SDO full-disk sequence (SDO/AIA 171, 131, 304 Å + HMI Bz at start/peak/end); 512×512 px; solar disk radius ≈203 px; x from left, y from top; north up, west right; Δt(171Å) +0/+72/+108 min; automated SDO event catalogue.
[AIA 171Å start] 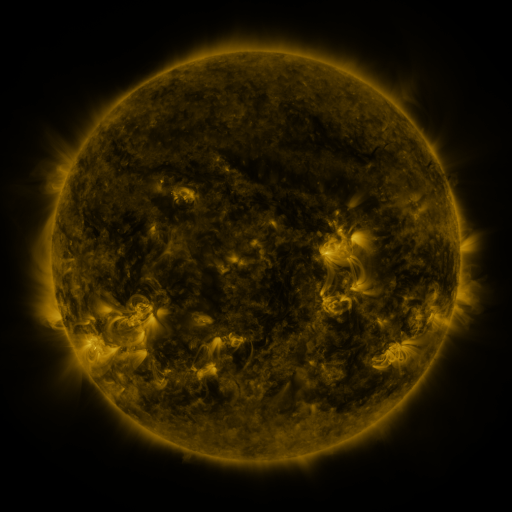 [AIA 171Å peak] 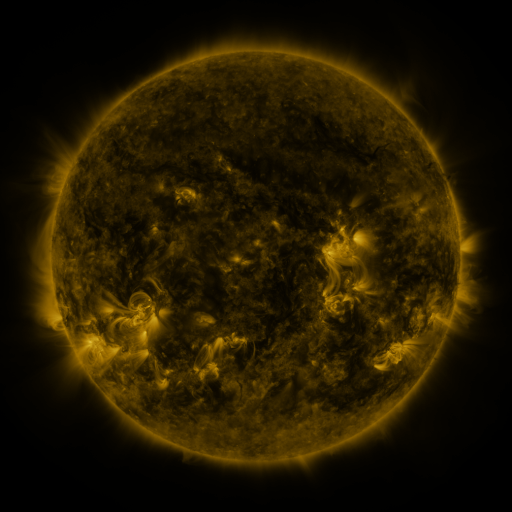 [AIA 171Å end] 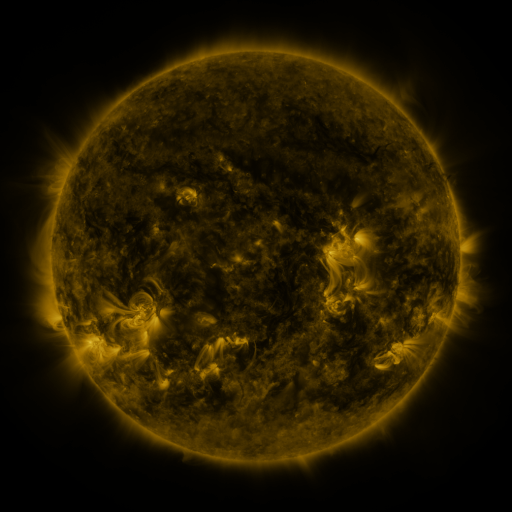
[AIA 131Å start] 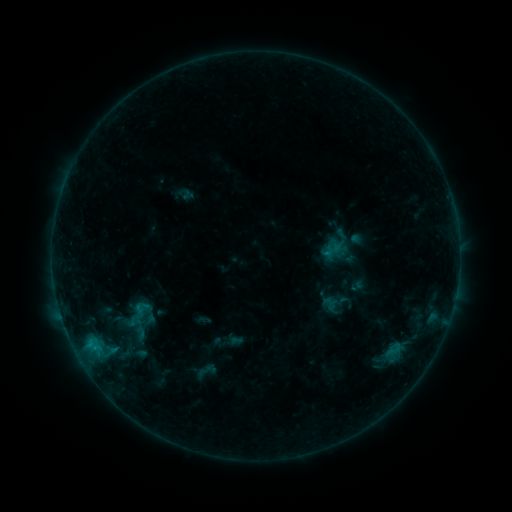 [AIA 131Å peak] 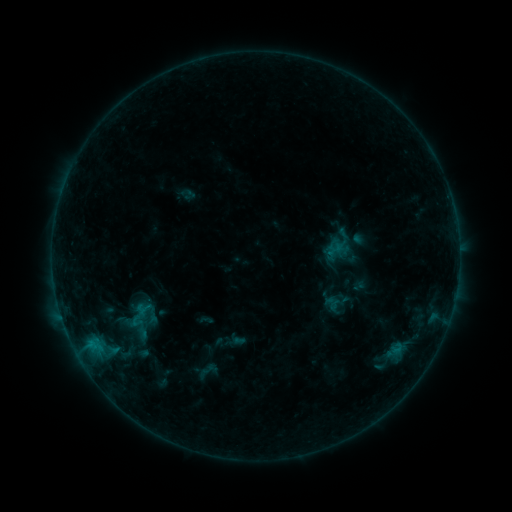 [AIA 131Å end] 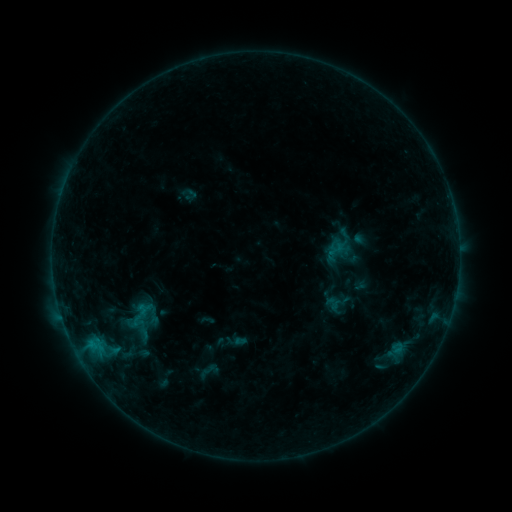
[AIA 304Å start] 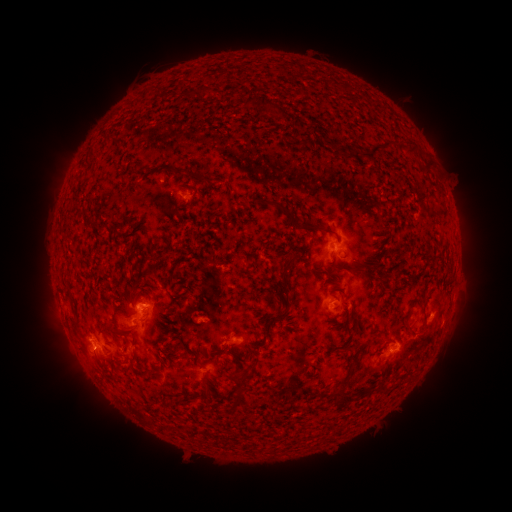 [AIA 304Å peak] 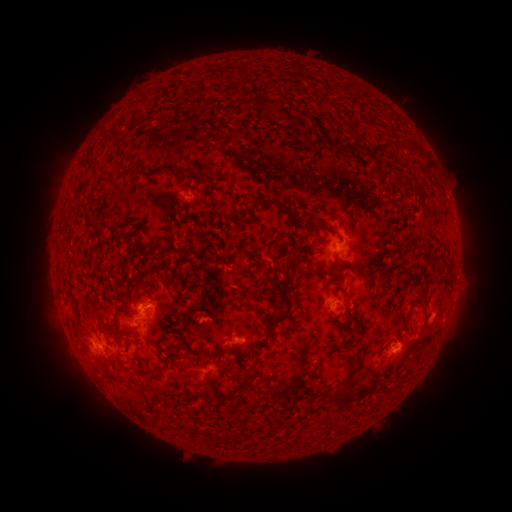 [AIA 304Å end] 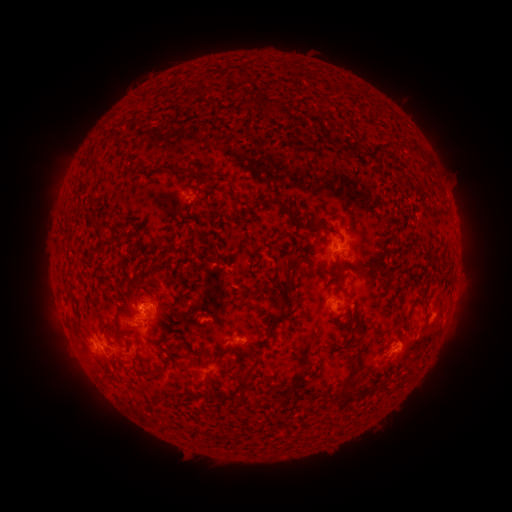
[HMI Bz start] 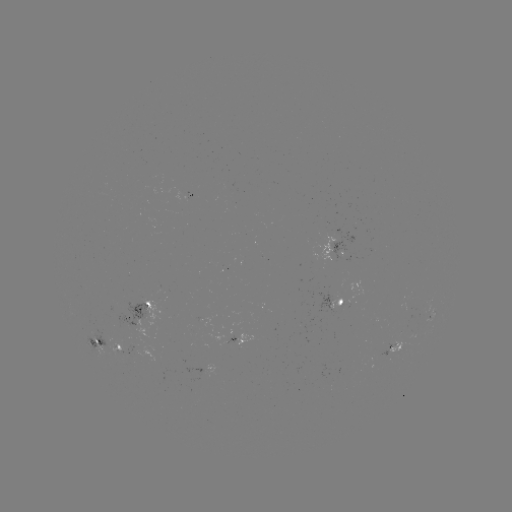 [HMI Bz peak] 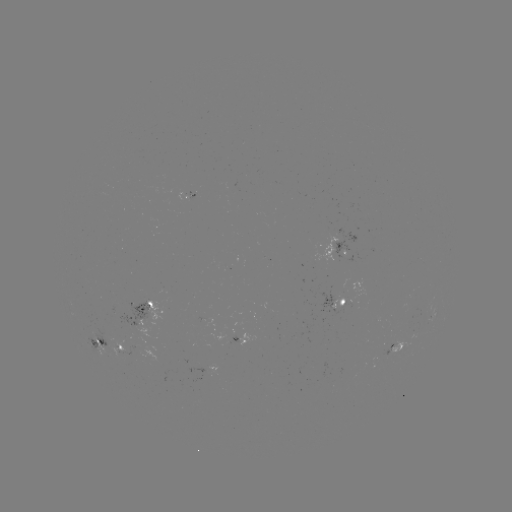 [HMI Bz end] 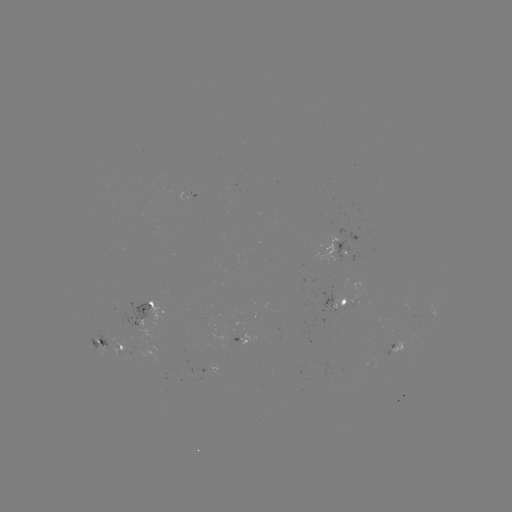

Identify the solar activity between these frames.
emerging-flux region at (115, 306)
